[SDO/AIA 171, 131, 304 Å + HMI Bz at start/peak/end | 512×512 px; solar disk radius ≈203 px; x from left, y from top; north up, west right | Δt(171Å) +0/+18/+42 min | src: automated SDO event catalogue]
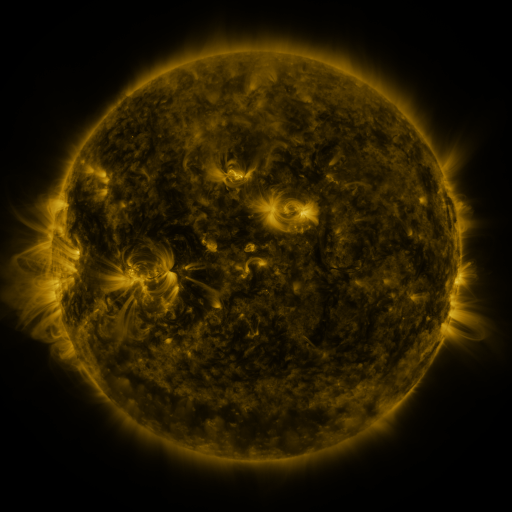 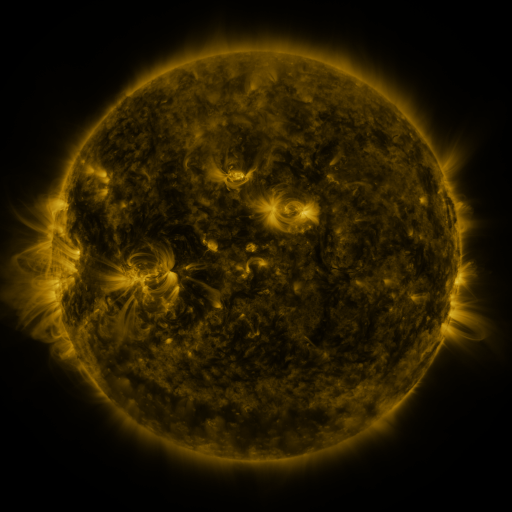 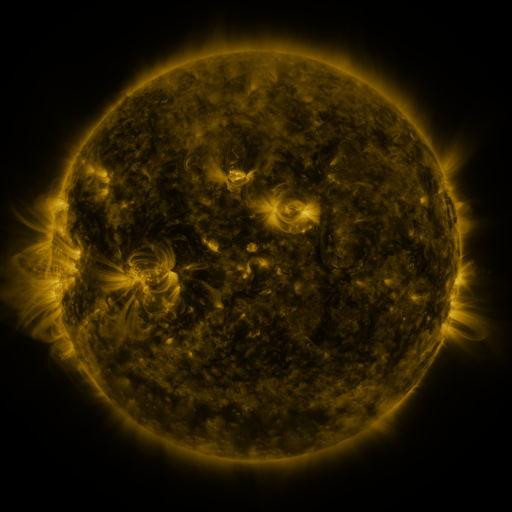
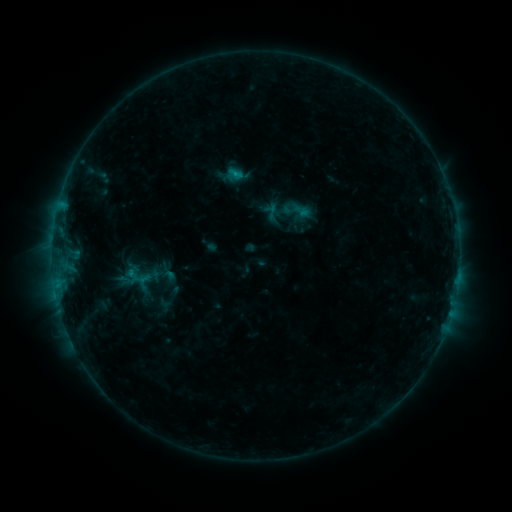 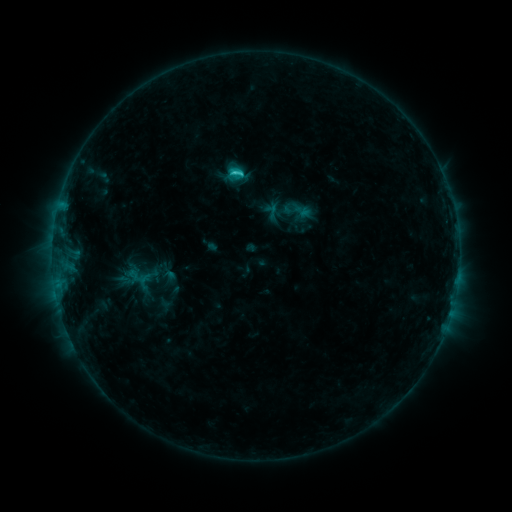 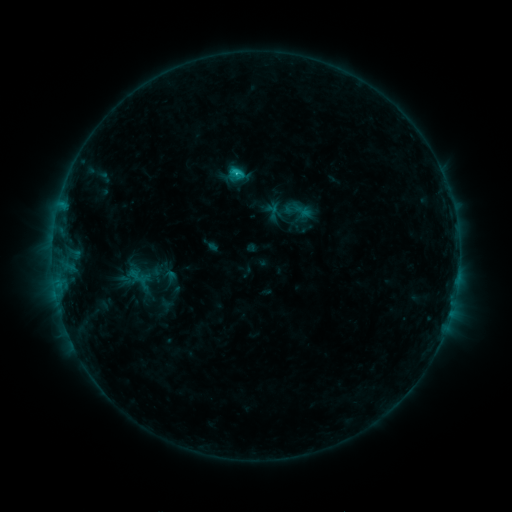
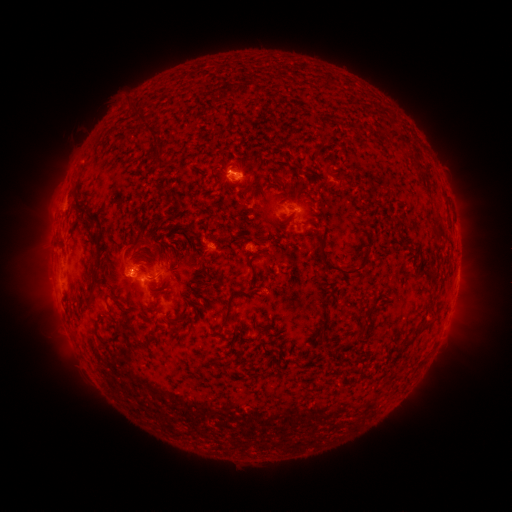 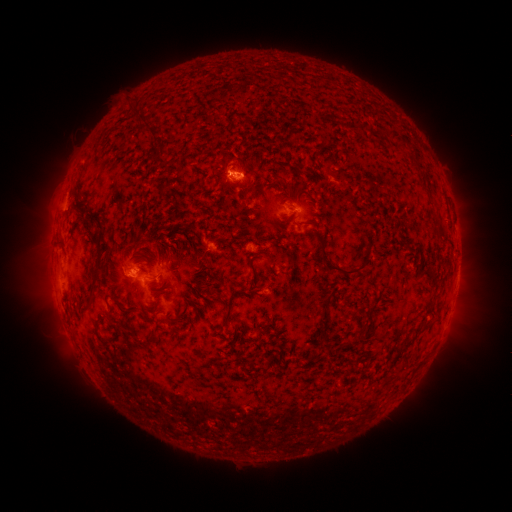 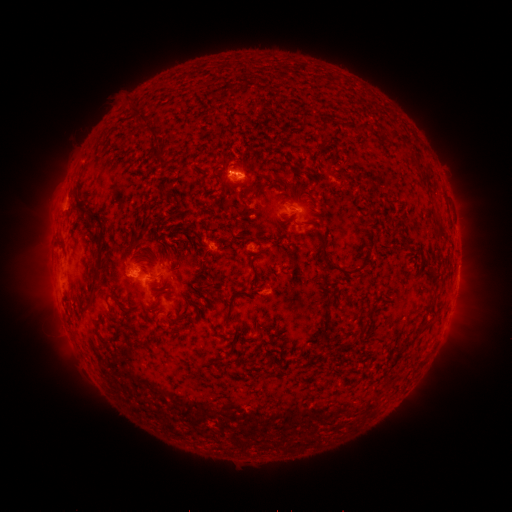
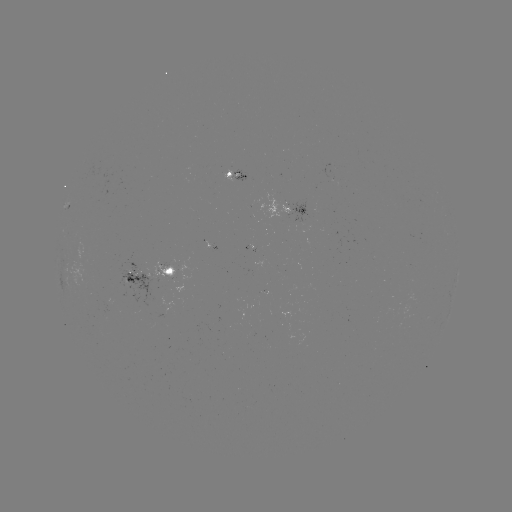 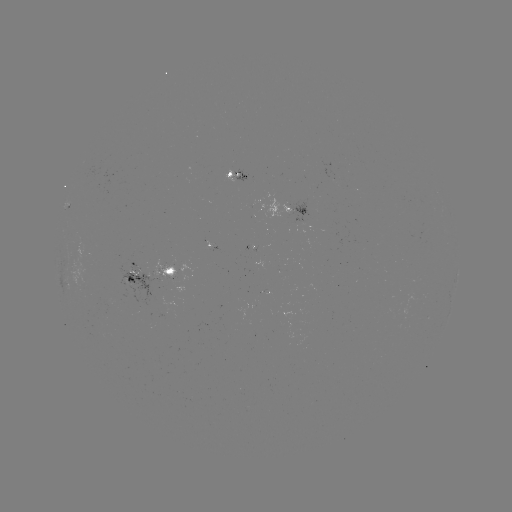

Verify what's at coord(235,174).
C1.8 flare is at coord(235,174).